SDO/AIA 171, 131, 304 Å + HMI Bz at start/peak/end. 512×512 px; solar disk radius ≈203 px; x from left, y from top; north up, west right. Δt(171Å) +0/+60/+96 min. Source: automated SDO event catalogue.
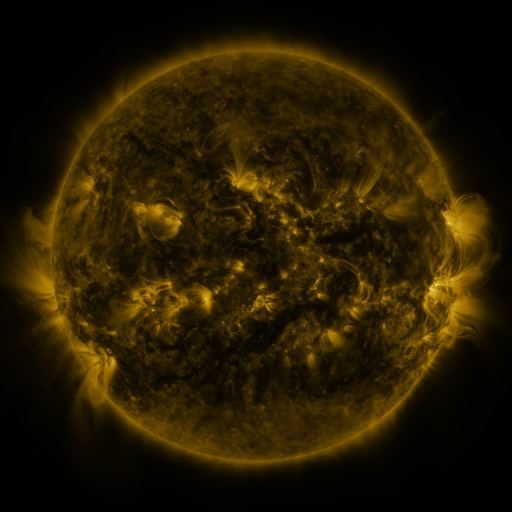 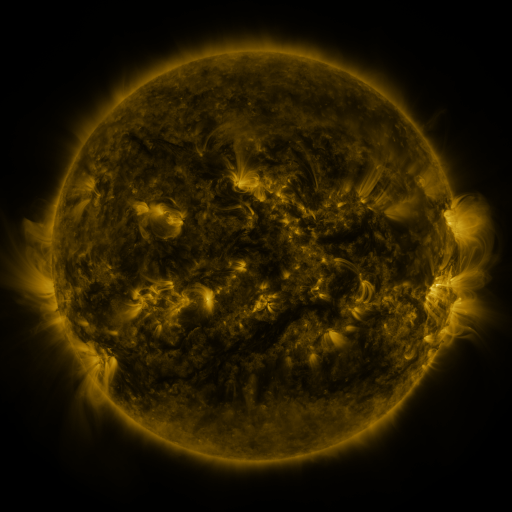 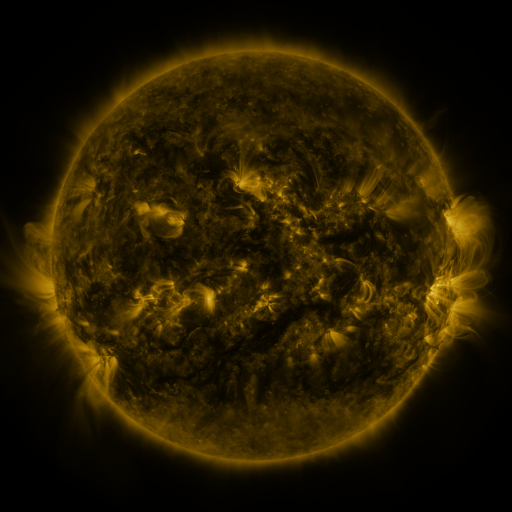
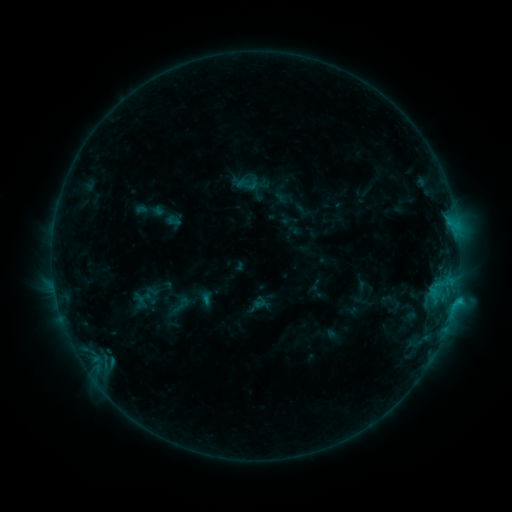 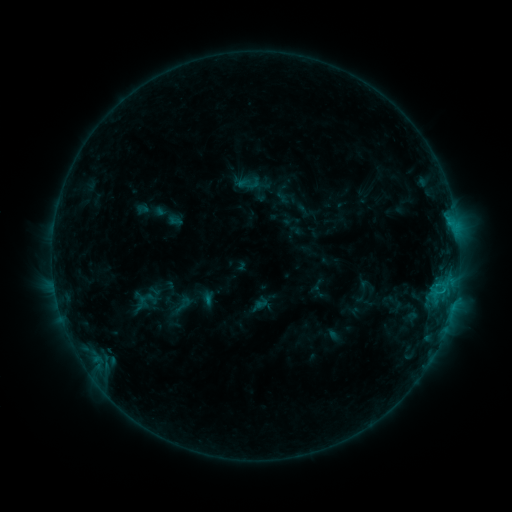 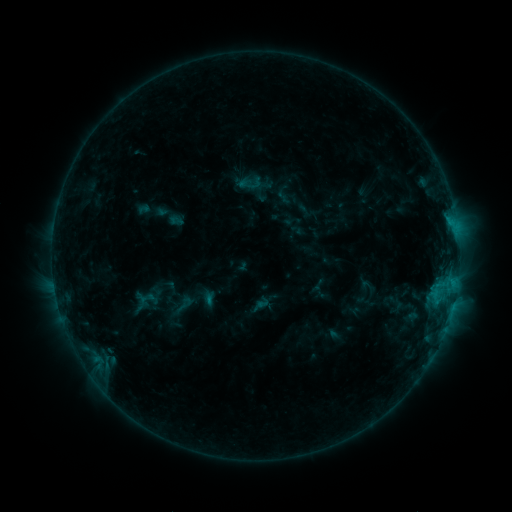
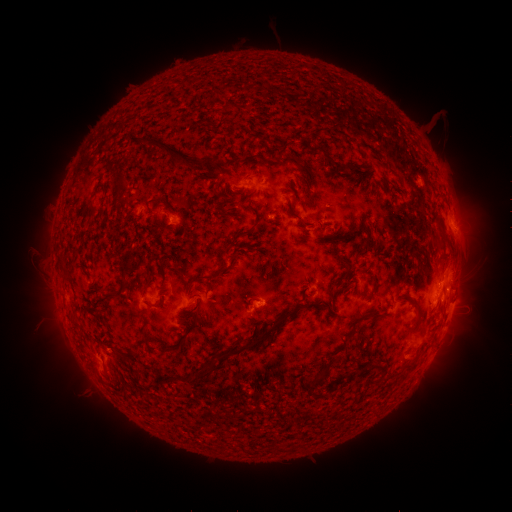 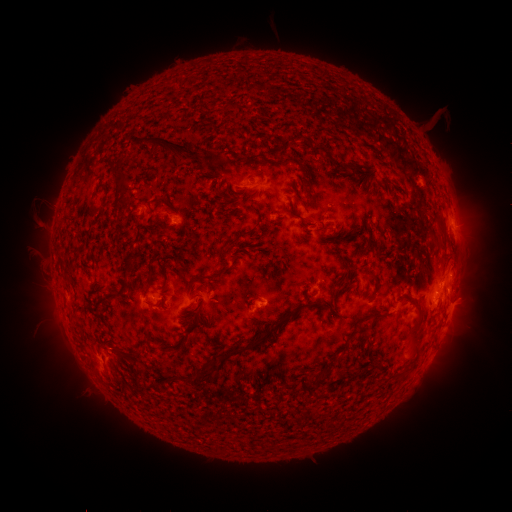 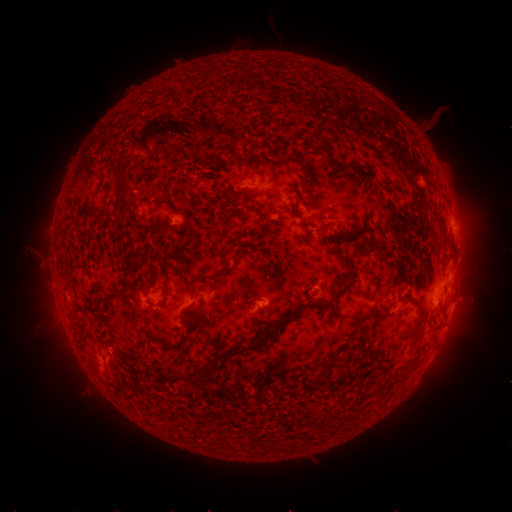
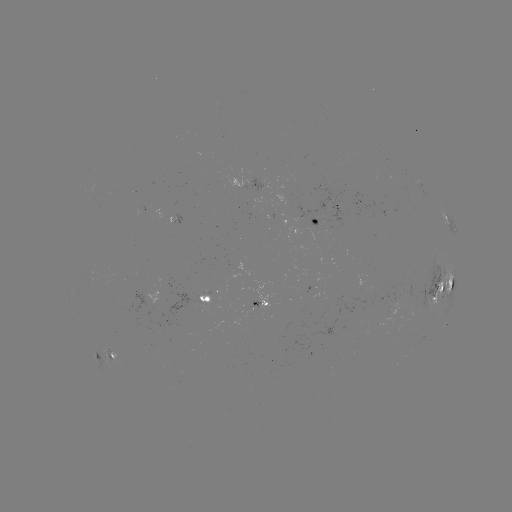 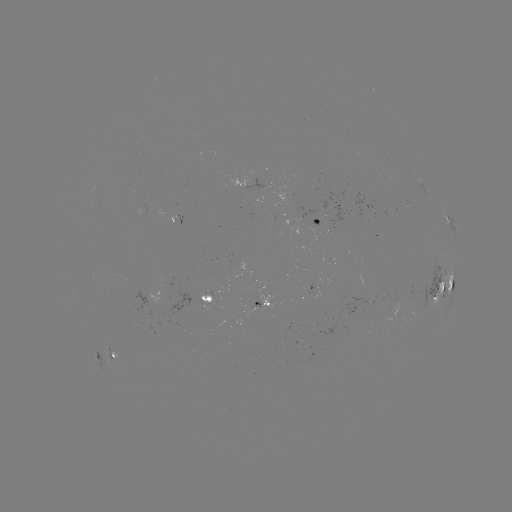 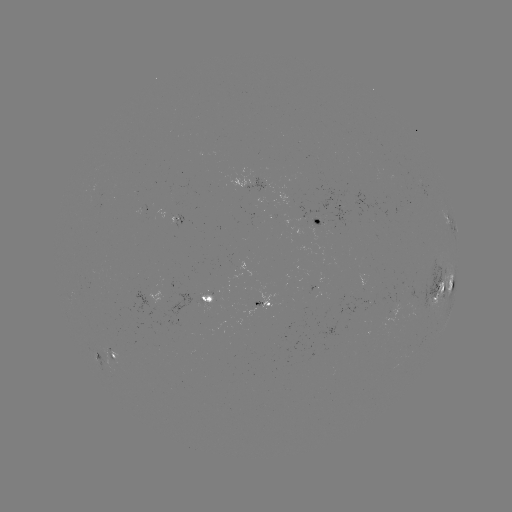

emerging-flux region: (103, 348, 120, 362)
